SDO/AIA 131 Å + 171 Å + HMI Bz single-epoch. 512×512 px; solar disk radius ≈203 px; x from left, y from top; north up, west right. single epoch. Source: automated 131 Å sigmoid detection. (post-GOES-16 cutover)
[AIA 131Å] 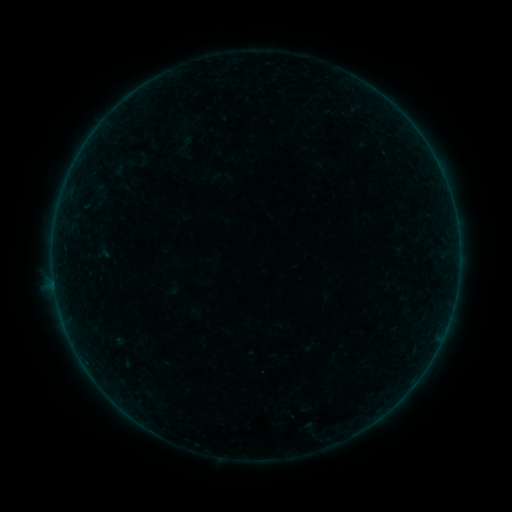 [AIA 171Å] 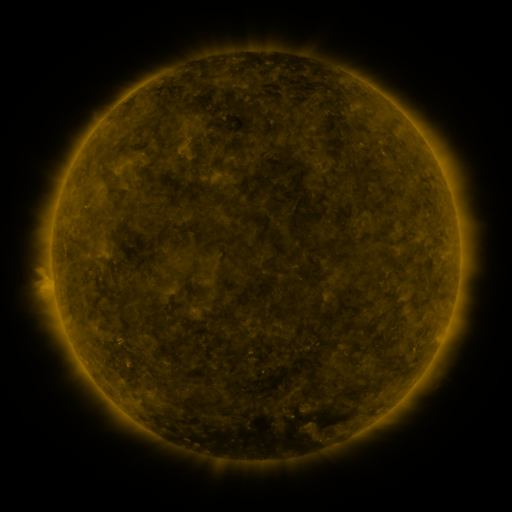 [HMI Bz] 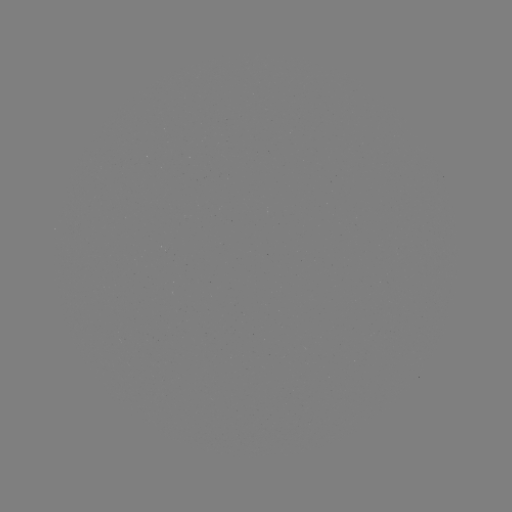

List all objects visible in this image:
sigmoid: (185, 147)
